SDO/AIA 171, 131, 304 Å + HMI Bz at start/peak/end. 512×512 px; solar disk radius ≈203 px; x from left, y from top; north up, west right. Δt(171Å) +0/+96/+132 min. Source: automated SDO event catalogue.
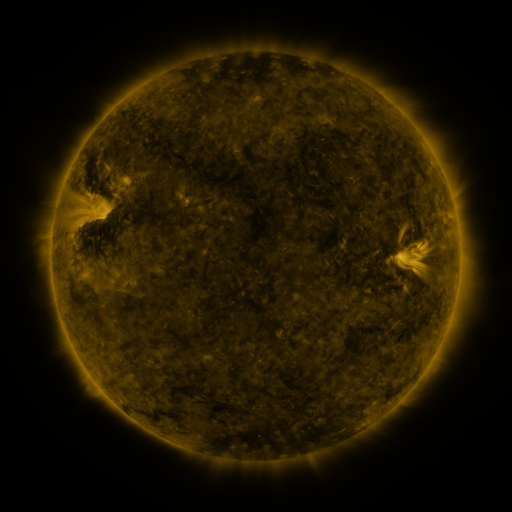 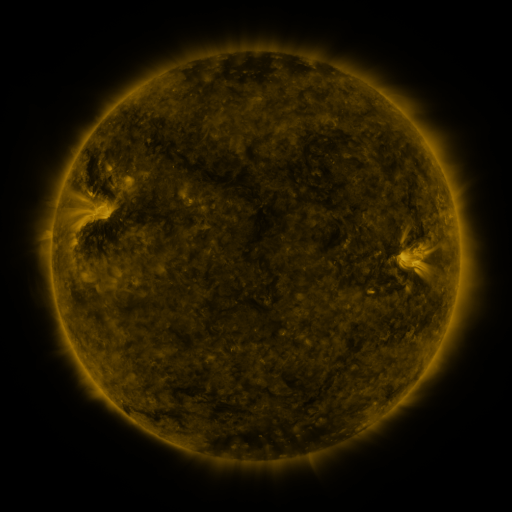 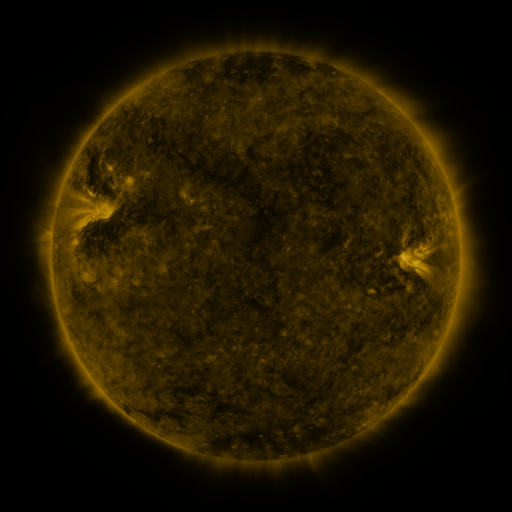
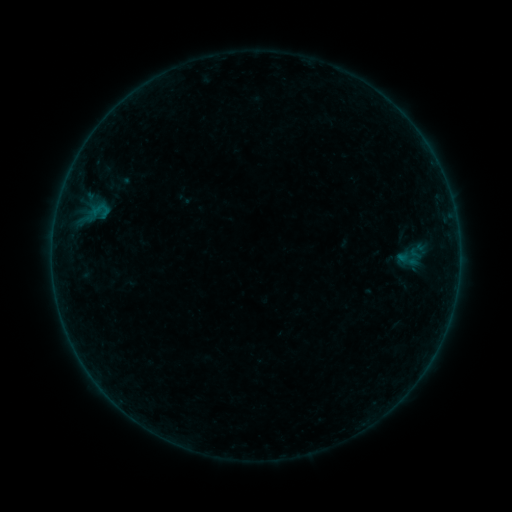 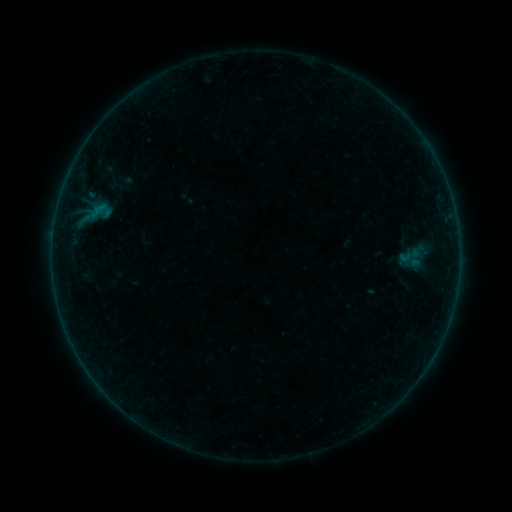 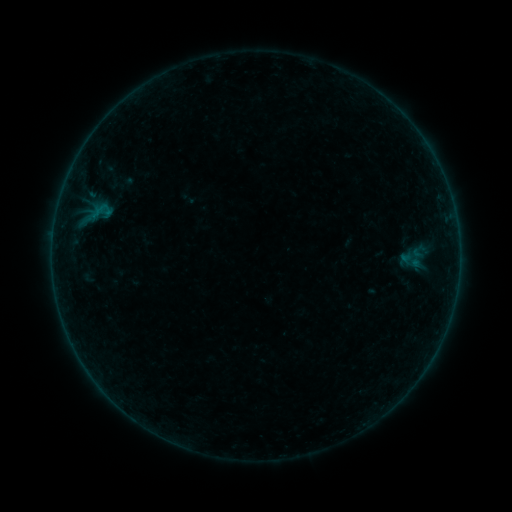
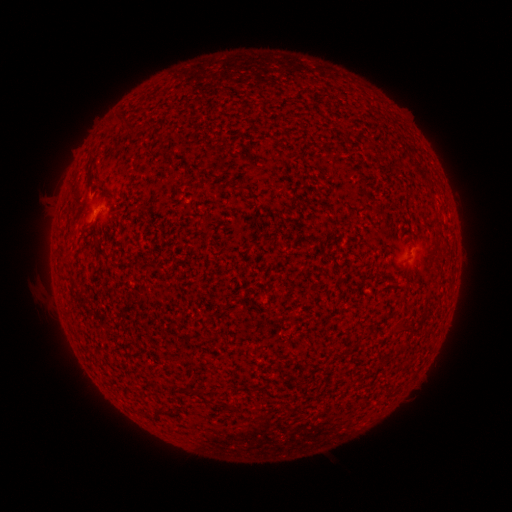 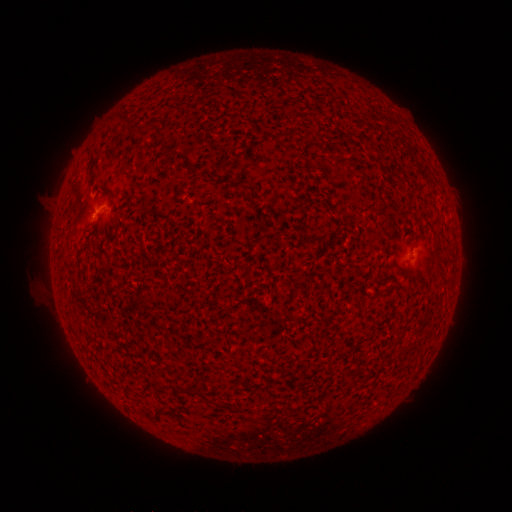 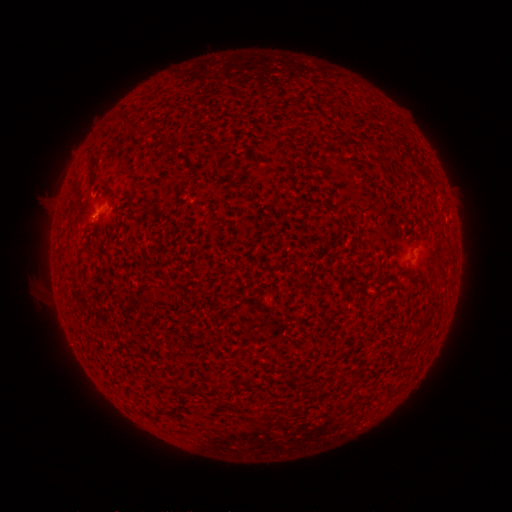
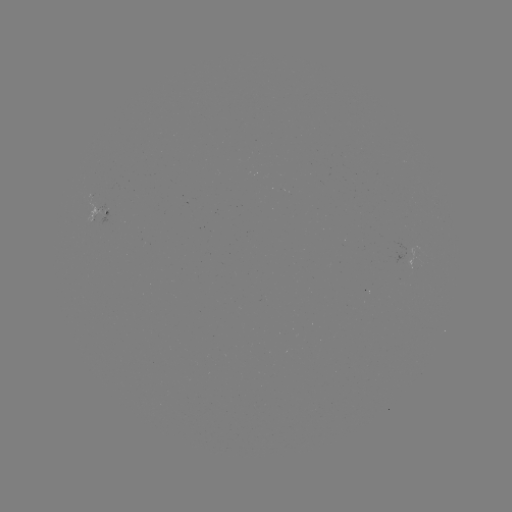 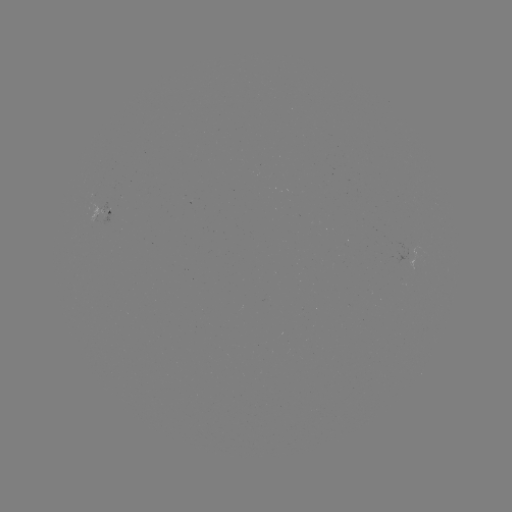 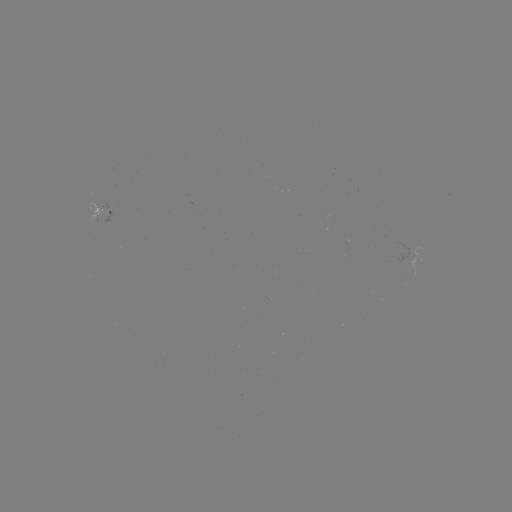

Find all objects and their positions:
emerging-flux region: (107, 208)
